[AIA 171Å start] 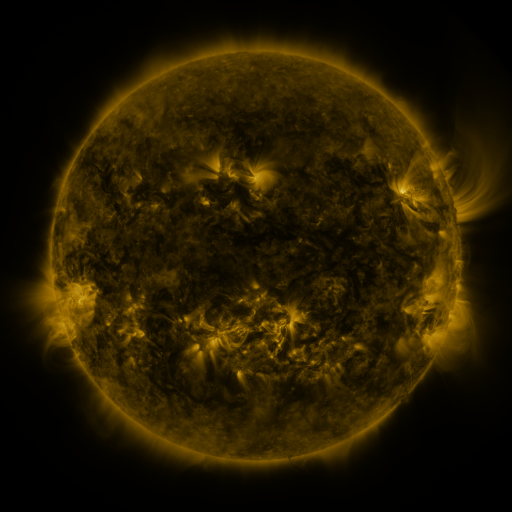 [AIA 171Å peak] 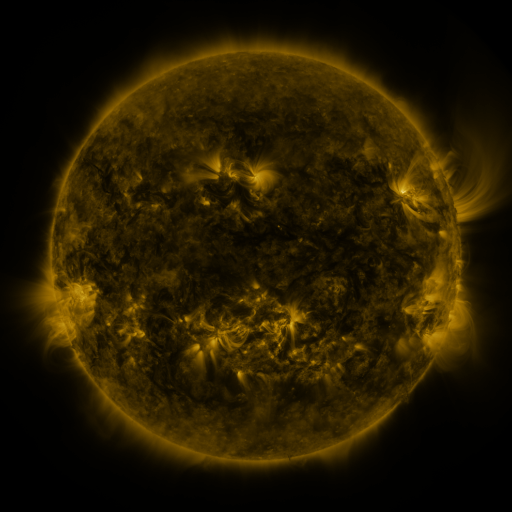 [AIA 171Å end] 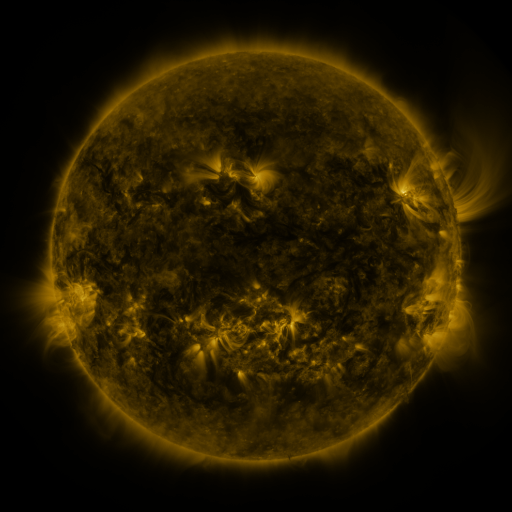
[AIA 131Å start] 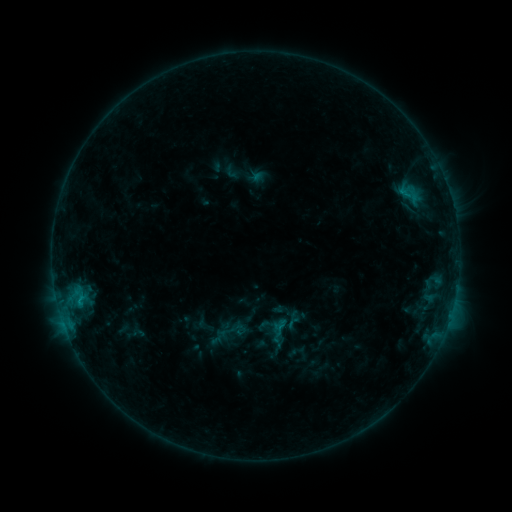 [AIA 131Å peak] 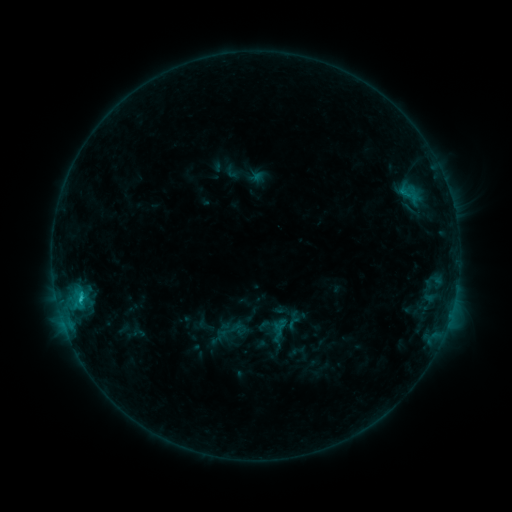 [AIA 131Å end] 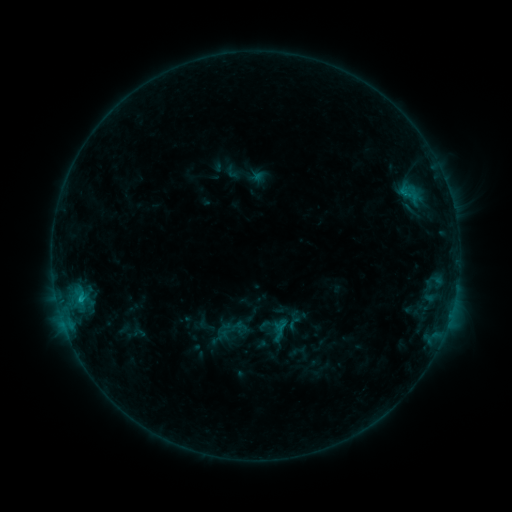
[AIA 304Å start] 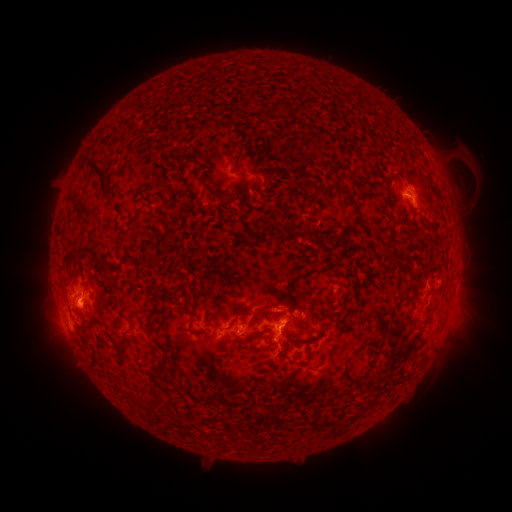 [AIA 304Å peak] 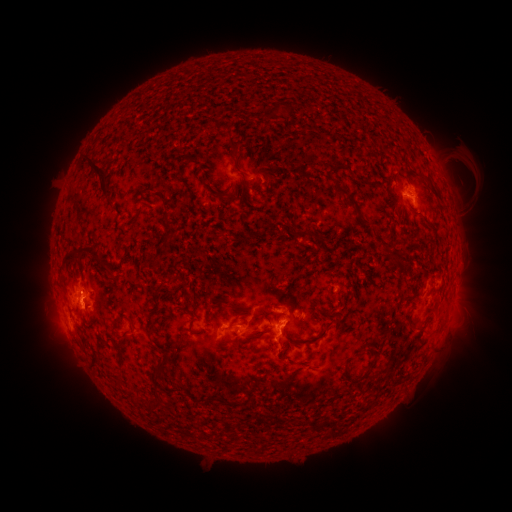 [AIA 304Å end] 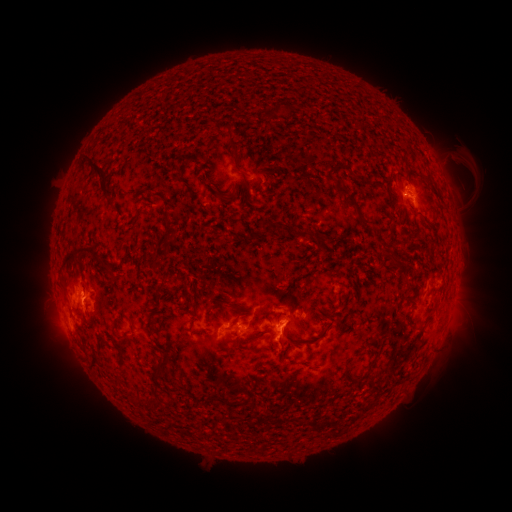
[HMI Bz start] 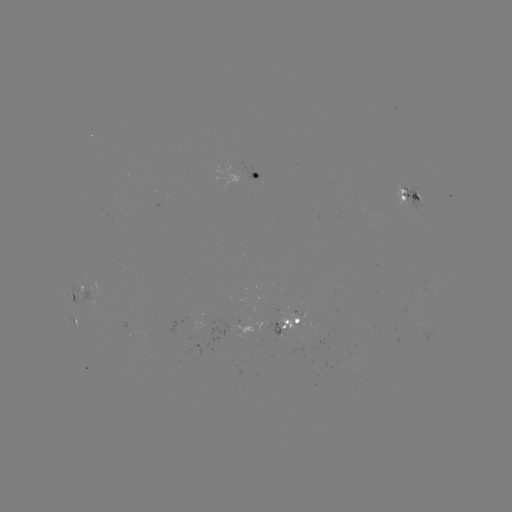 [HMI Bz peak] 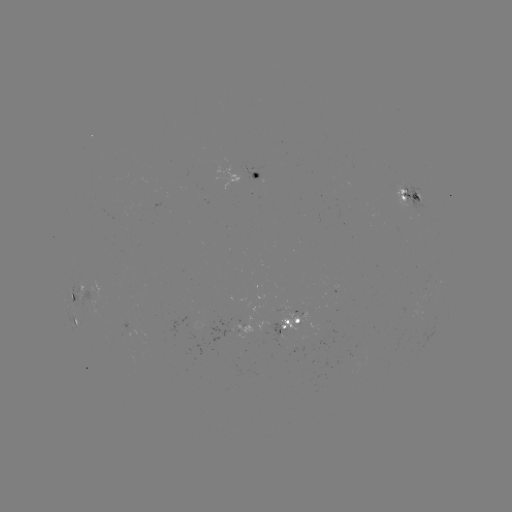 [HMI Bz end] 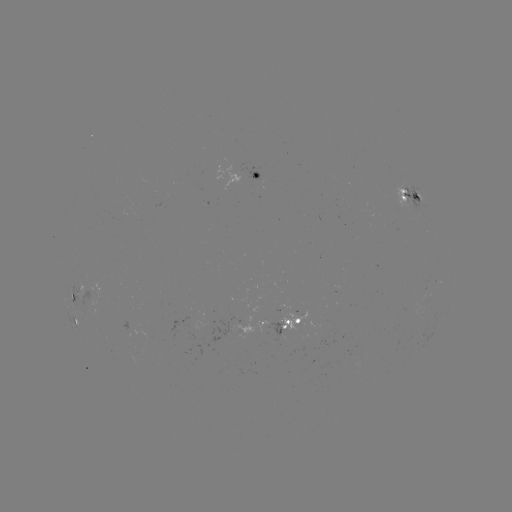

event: flare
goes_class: C1.3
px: (81, 296)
